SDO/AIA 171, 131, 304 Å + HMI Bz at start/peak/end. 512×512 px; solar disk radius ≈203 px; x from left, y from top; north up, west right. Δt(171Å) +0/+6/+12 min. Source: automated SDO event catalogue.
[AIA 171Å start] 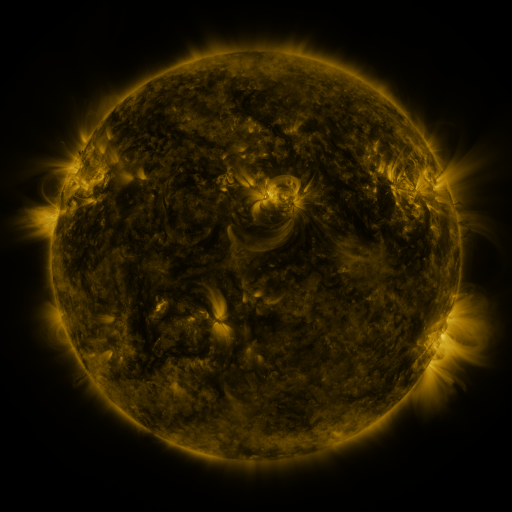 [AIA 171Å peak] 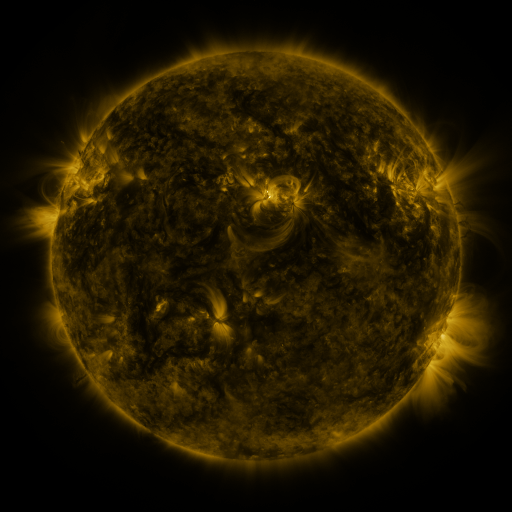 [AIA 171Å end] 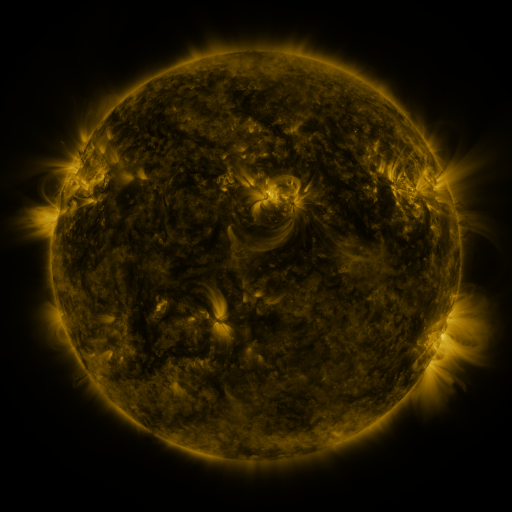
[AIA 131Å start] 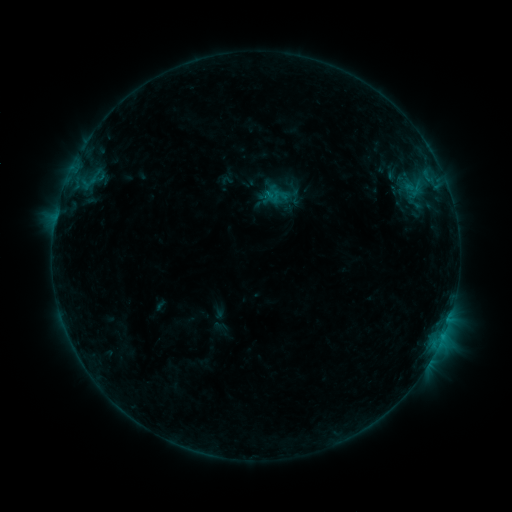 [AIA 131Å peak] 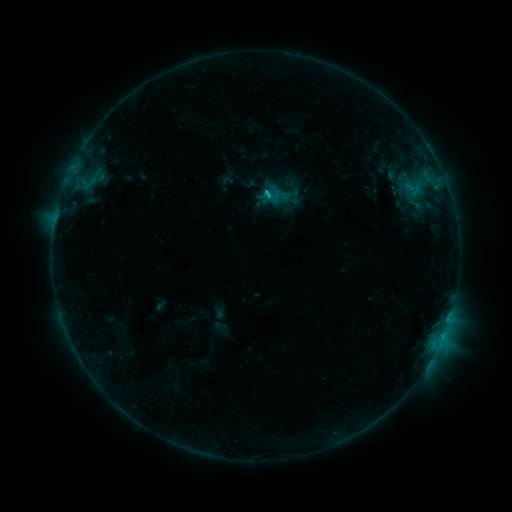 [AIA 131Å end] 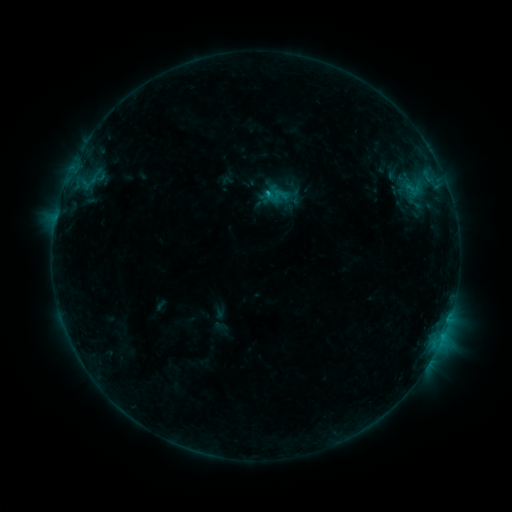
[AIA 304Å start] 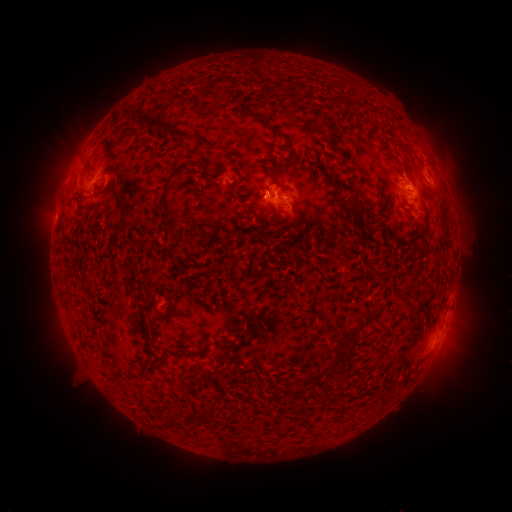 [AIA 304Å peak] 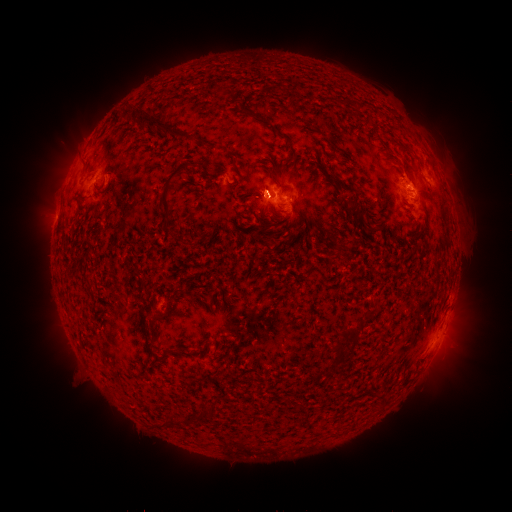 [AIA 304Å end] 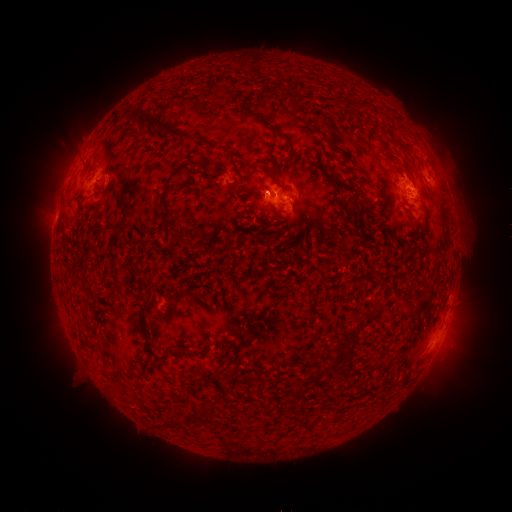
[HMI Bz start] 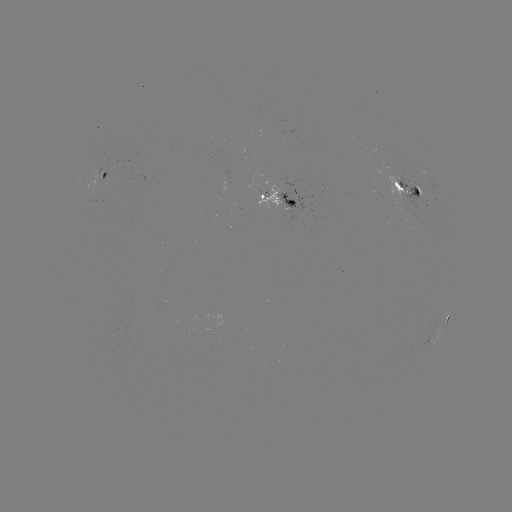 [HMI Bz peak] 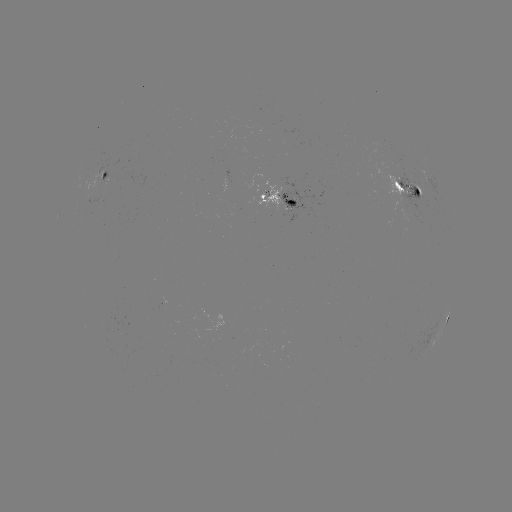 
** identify C1.4 flare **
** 266,193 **